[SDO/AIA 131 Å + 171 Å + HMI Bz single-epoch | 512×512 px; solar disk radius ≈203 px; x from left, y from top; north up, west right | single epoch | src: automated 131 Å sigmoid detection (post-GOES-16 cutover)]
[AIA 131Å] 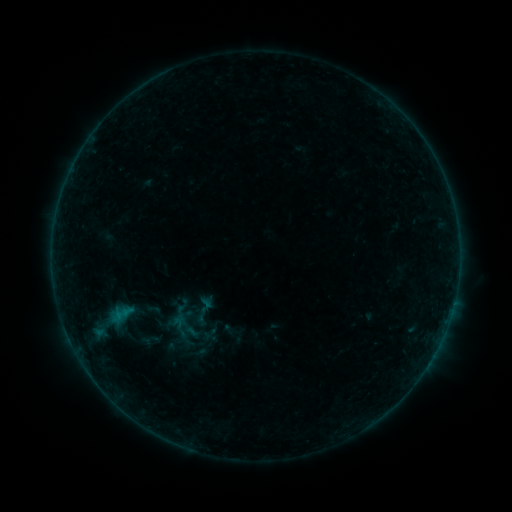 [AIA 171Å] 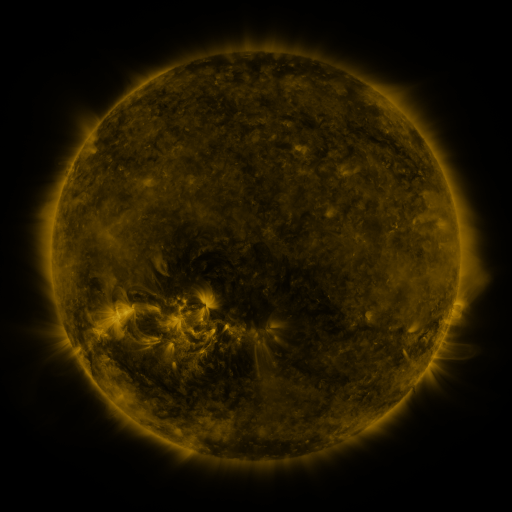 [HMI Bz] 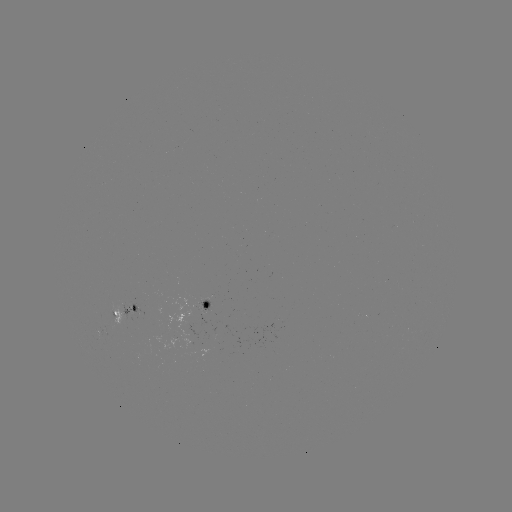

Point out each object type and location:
sigmoid: [192, 332, 224, 357]
